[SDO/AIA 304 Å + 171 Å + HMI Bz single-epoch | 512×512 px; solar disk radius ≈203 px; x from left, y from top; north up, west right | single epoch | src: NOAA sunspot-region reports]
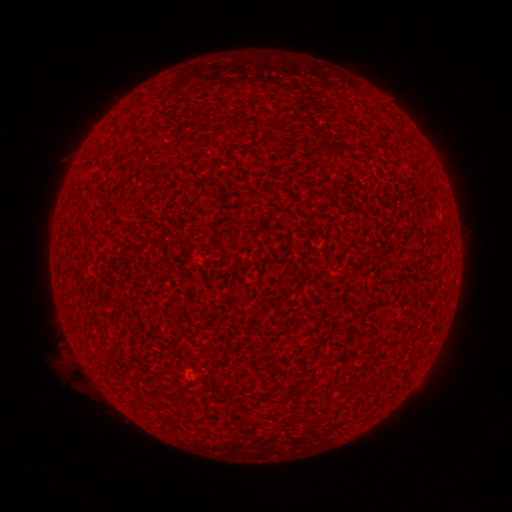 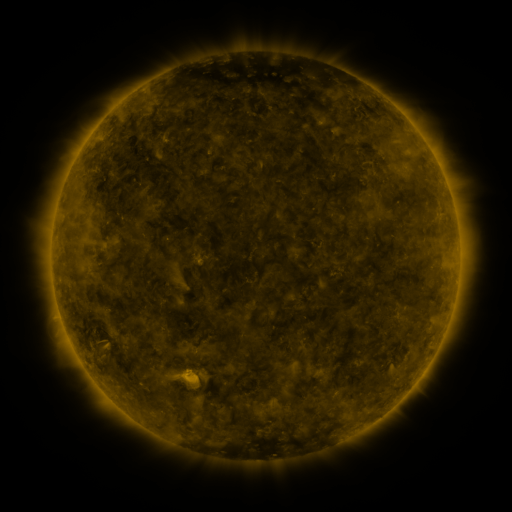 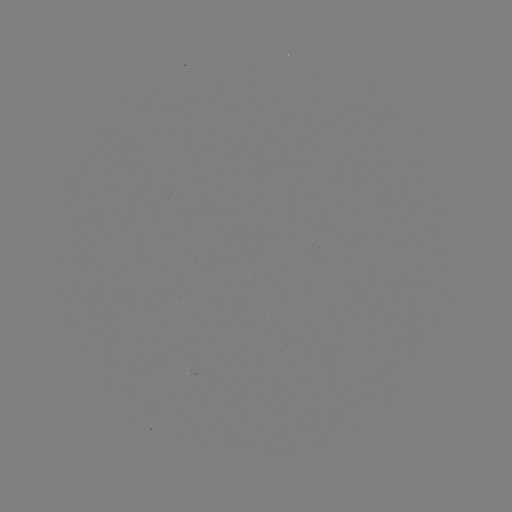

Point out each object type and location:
(none)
